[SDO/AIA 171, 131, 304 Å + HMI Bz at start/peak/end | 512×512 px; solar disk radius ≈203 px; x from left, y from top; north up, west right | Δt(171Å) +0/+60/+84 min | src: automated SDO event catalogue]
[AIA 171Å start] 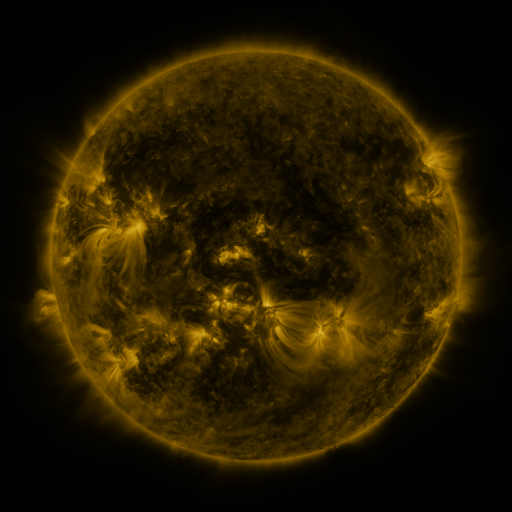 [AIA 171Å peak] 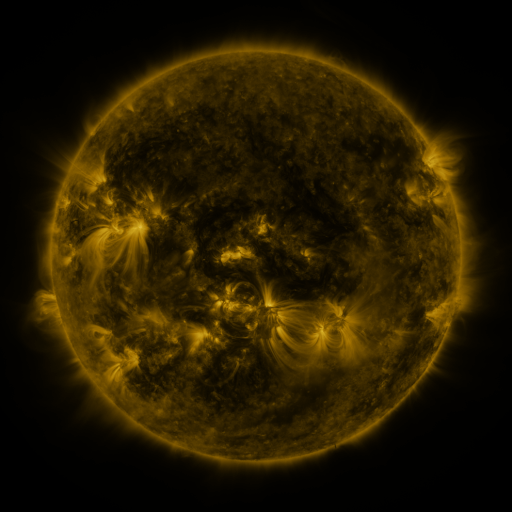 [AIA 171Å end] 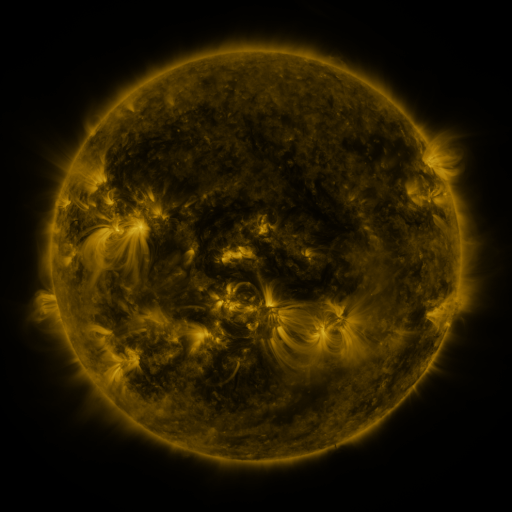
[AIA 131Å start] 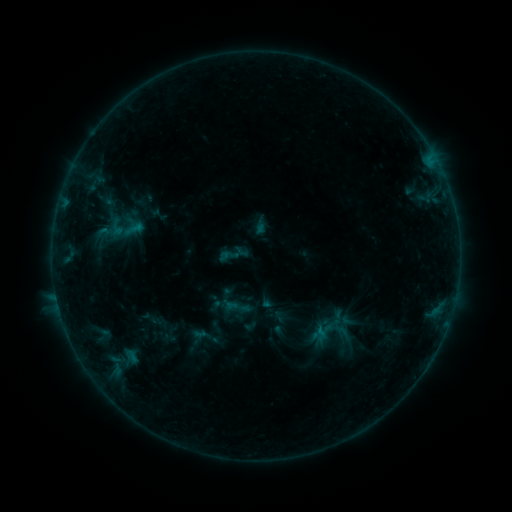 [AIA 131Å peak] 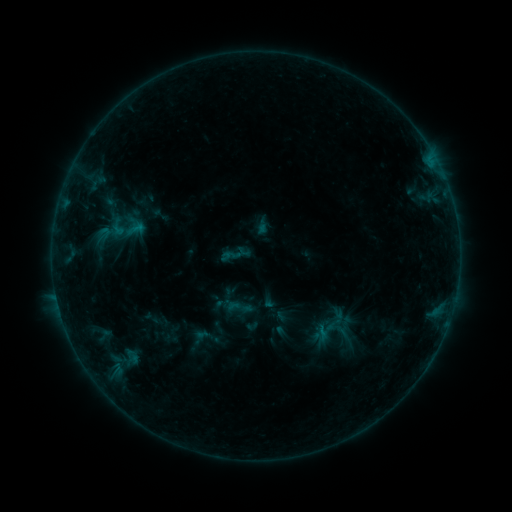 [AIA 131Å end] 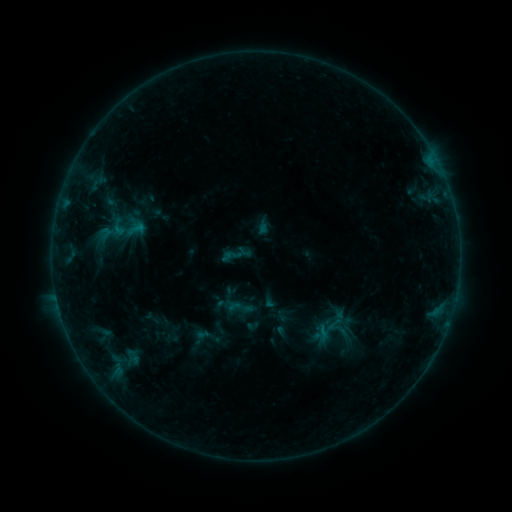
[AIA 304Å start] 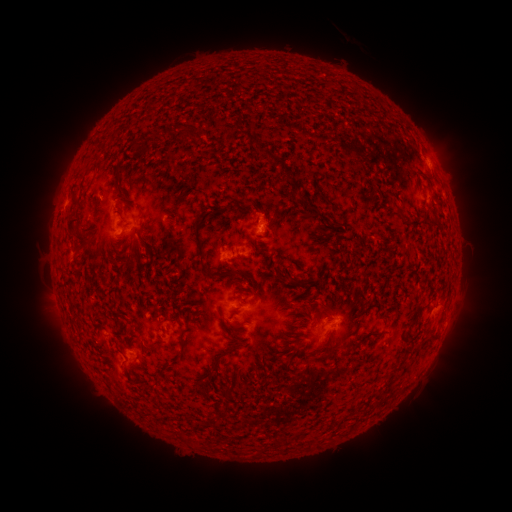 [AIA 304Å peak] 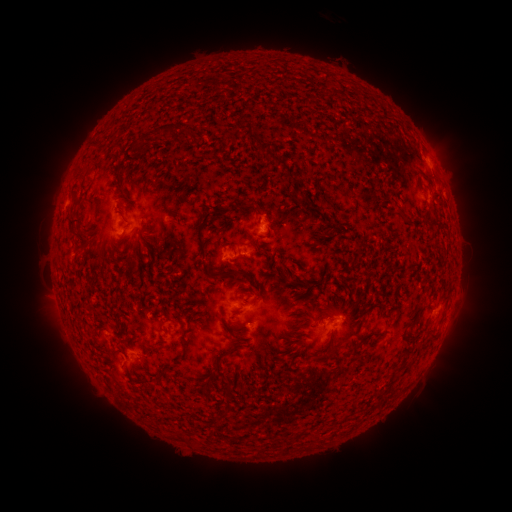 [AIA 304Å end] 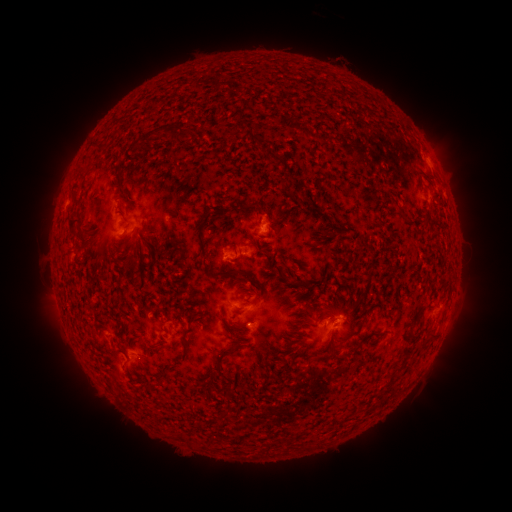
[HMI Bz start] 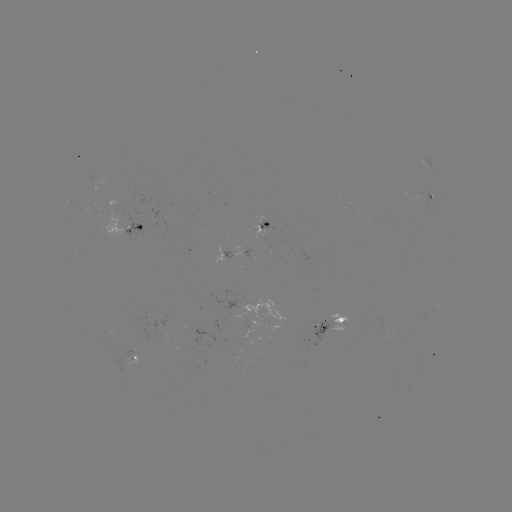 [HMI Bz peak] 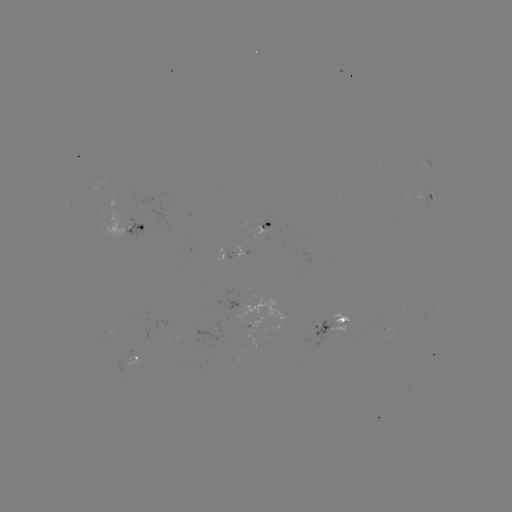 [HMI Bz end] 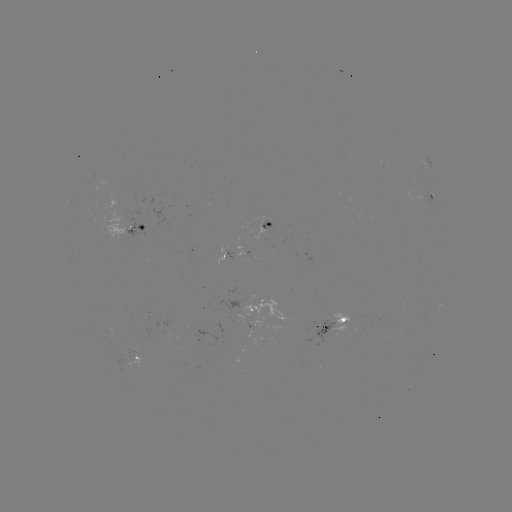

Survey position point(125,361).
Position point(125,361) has emerging-flux region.